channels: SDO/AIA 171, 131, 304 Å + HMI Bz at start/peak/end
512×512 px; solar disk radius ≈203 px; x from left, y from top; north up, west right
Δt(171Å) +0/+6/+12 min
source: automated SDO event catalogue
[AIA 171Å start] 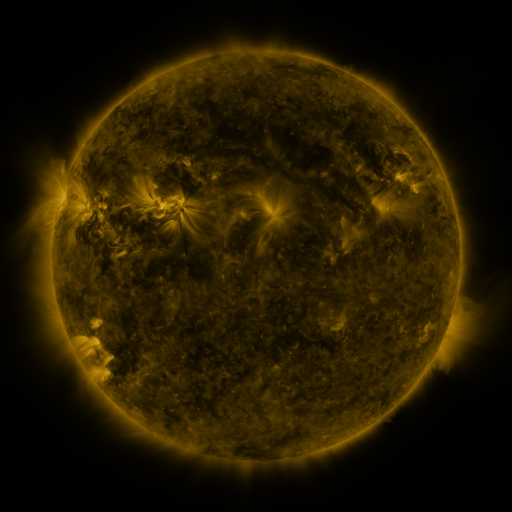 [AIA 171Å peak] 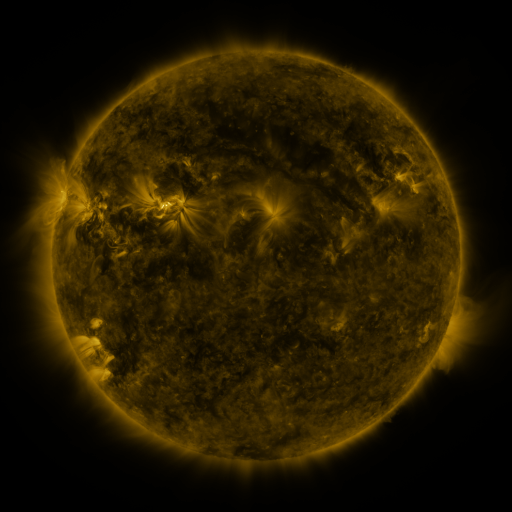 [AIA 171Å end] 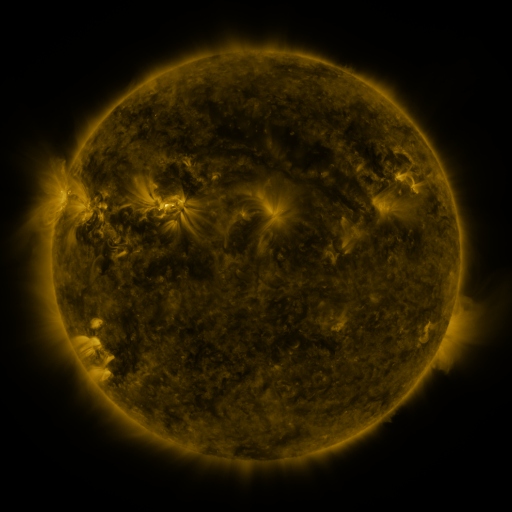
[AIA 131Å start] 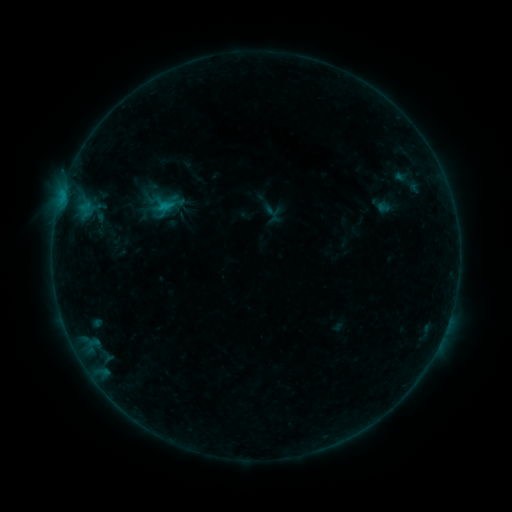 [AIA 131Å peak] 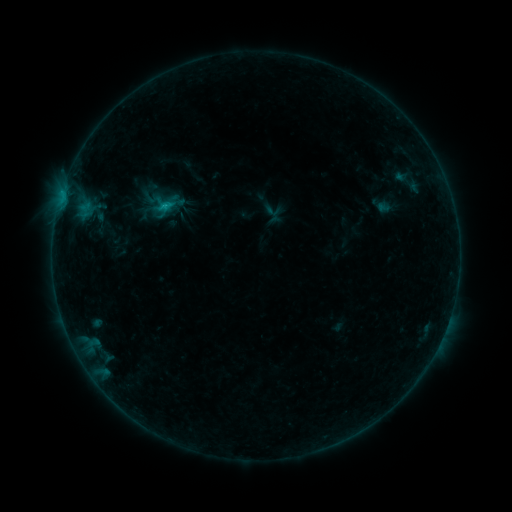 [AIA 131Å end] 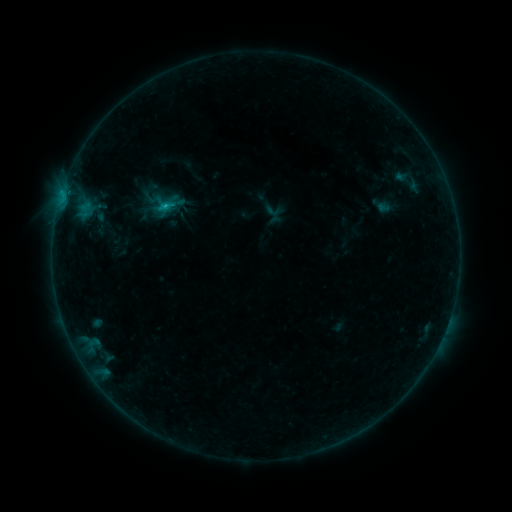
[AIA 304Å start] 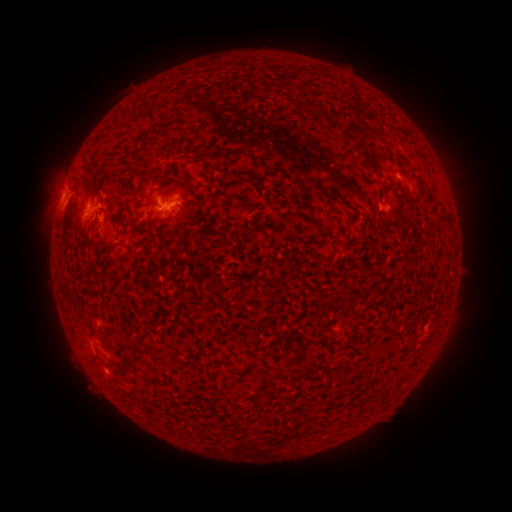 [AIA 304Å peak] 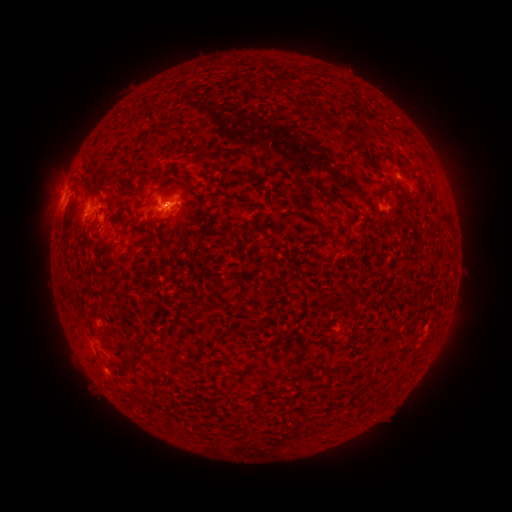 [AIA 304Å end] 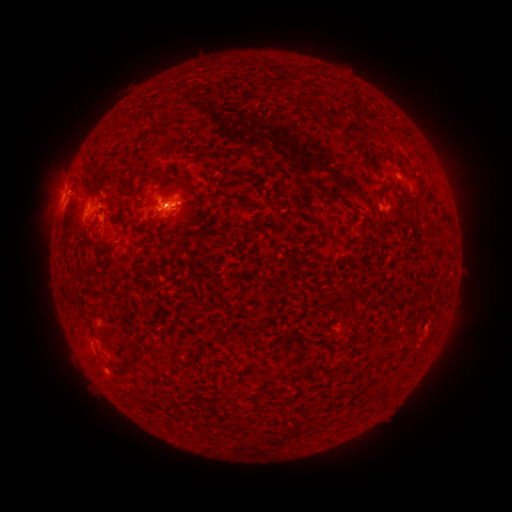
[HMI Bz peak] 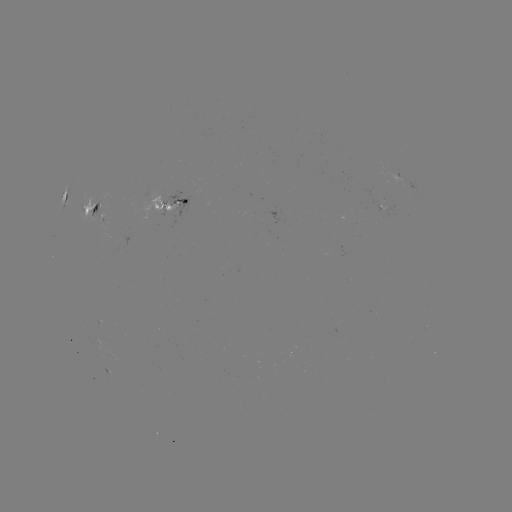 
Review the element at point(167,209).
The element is B9.1 flare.